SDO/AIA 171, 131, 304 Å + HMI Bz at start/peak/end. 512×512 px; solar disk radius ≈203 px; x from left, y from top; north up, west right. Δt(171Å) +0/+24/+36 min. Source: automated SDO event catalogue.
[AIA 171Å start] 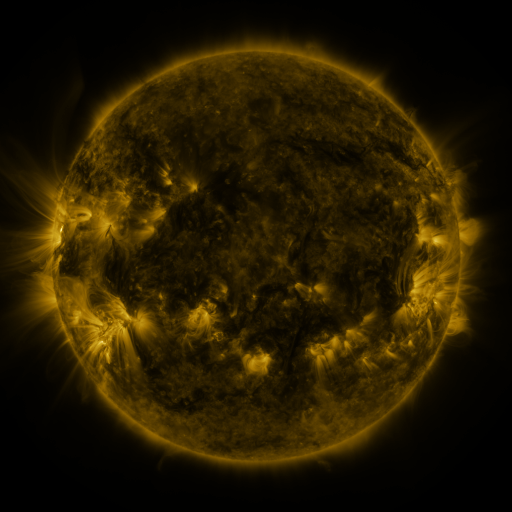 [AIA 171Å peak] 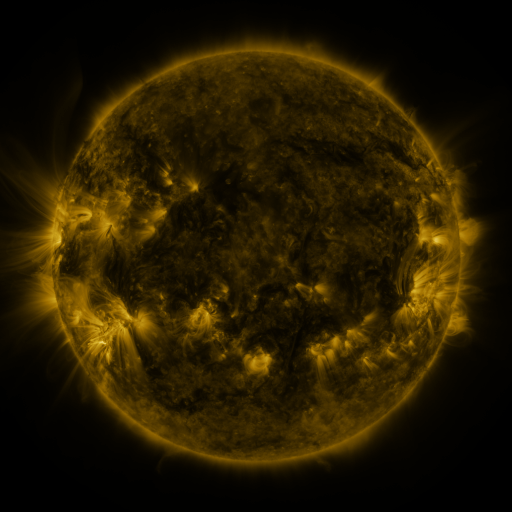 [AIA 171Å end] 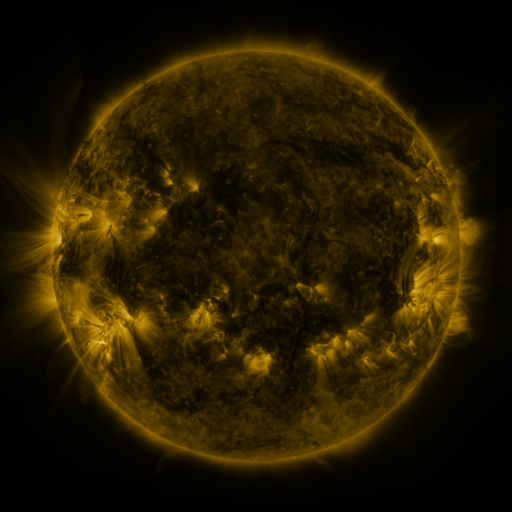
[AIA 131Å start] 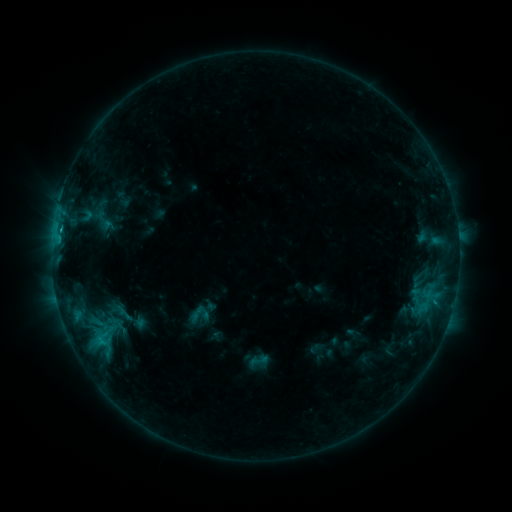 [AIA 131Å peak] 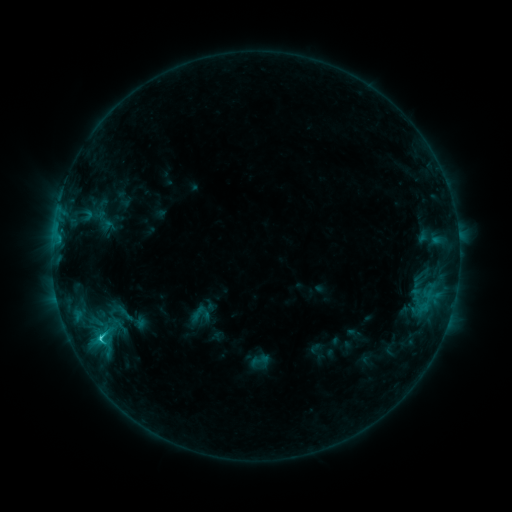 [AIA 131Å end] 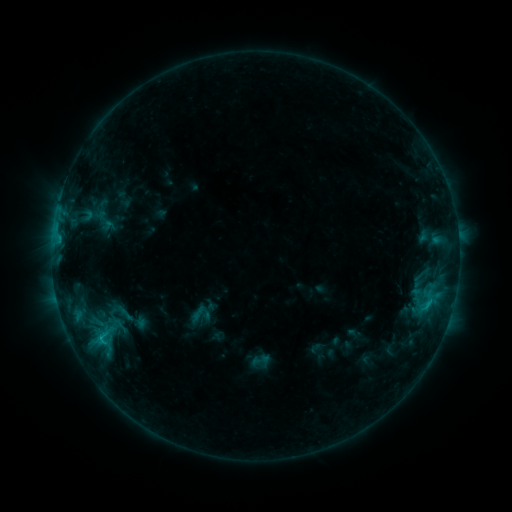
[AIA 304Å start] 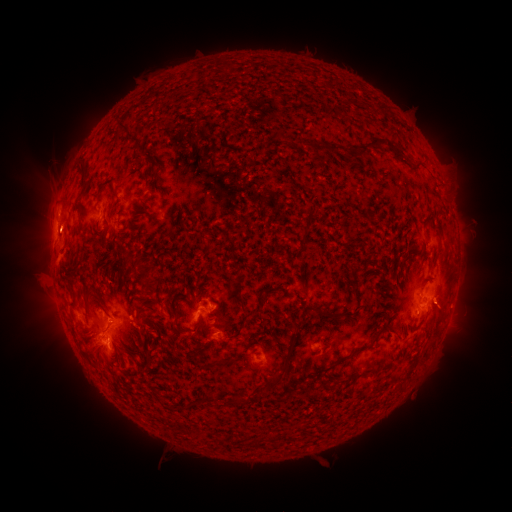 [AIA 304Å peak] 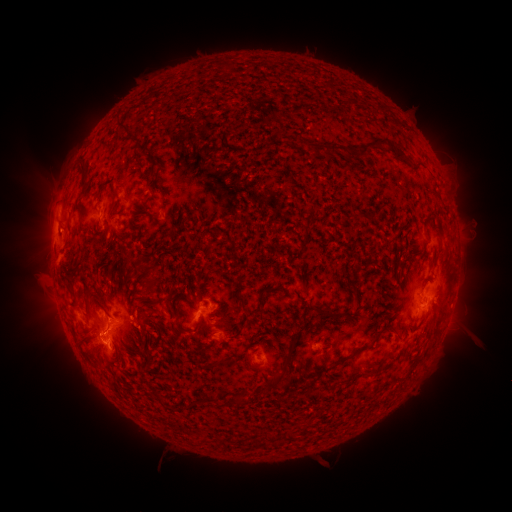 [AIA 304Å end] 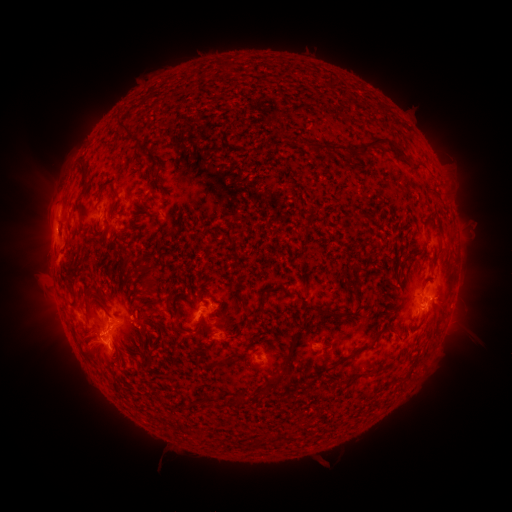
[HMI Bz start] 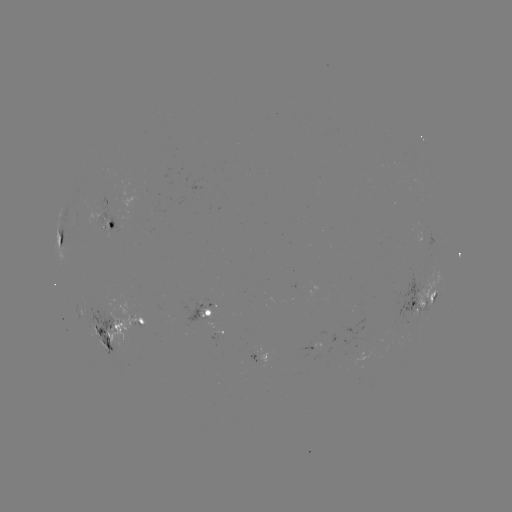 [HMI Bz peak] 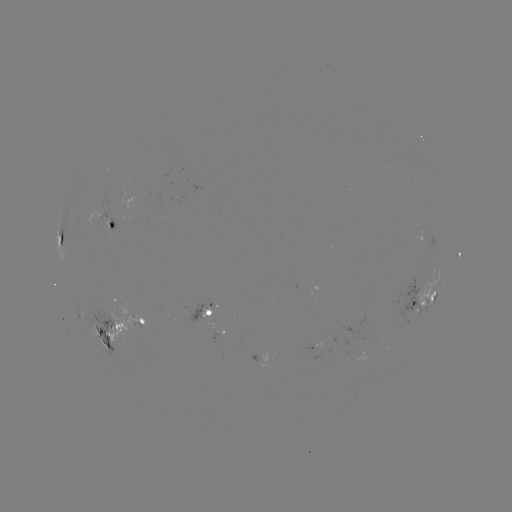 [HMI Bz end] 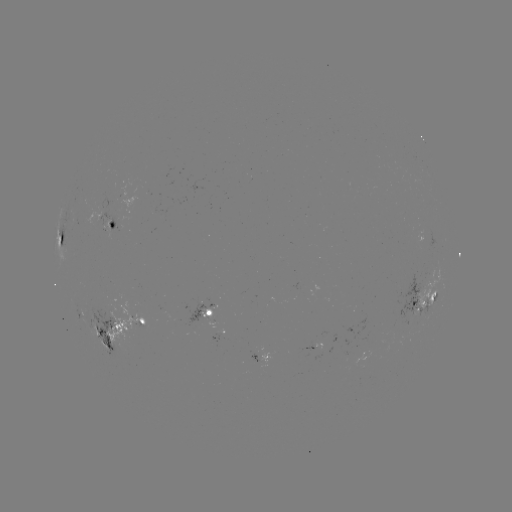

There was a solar flare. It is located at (101, 337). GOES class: C1.8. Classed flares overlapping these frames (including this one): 1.